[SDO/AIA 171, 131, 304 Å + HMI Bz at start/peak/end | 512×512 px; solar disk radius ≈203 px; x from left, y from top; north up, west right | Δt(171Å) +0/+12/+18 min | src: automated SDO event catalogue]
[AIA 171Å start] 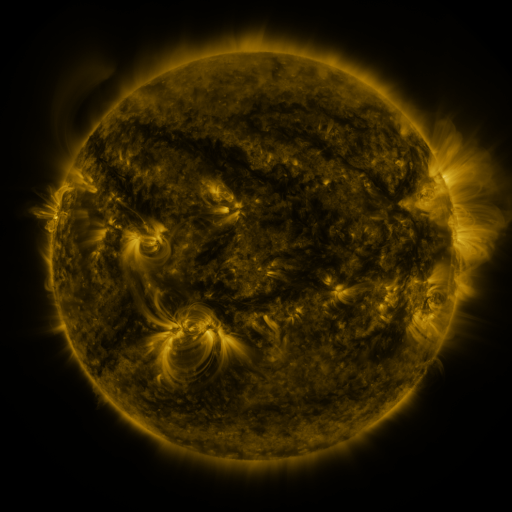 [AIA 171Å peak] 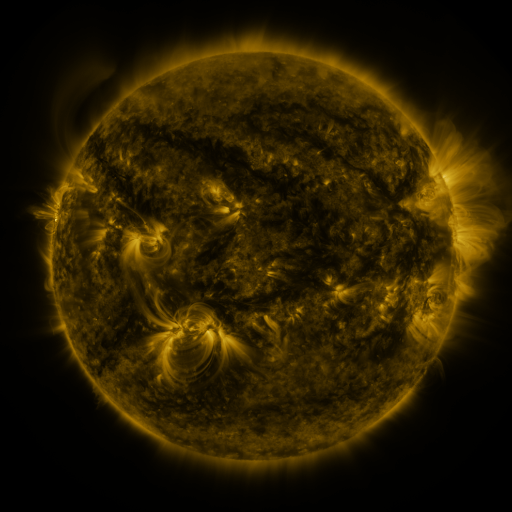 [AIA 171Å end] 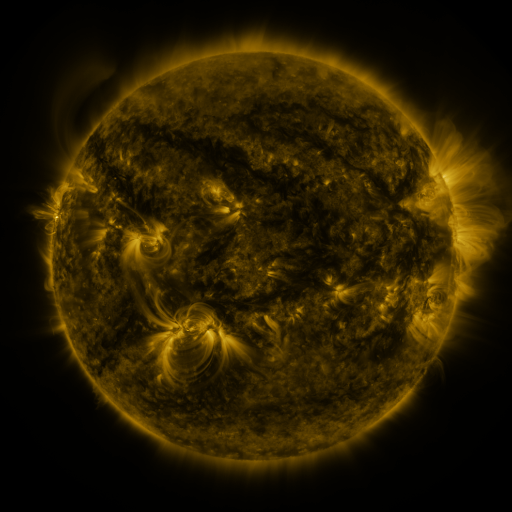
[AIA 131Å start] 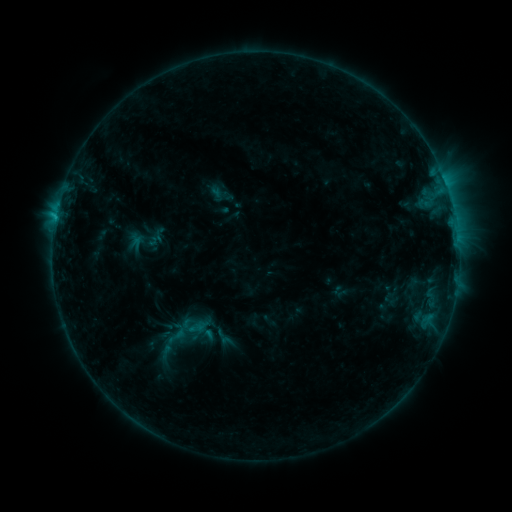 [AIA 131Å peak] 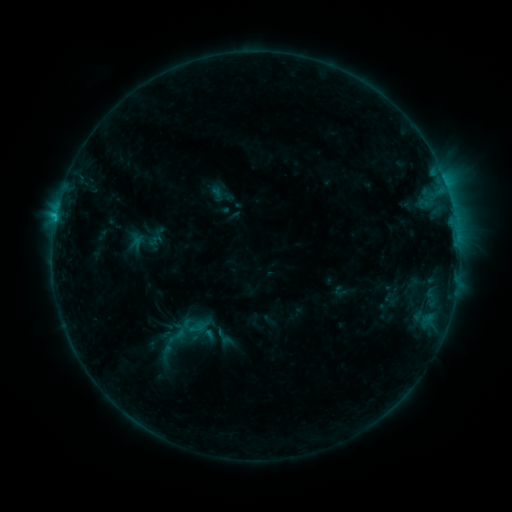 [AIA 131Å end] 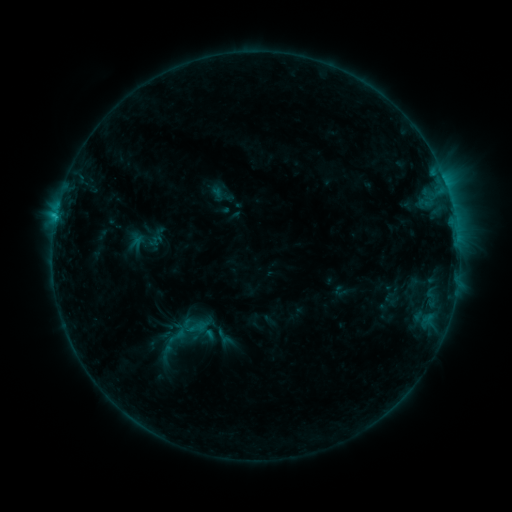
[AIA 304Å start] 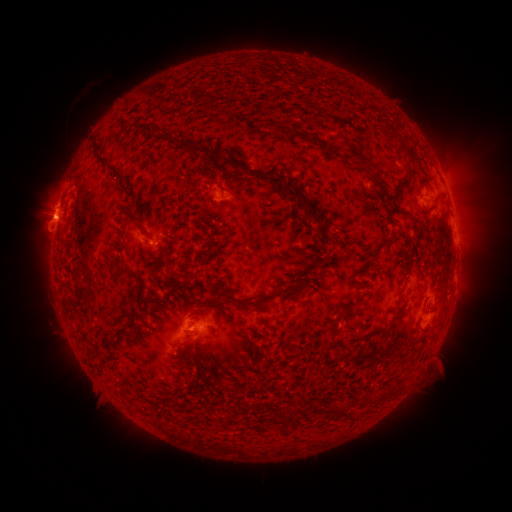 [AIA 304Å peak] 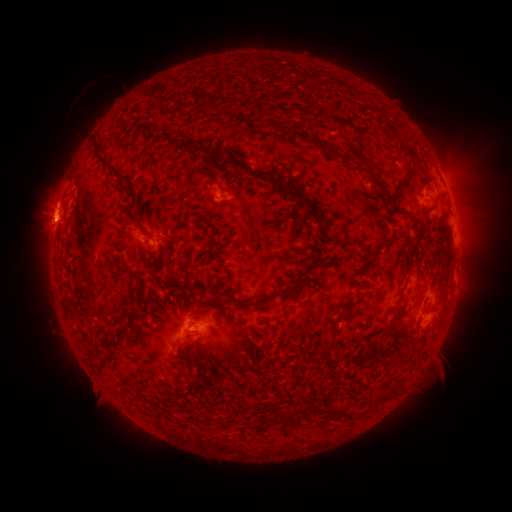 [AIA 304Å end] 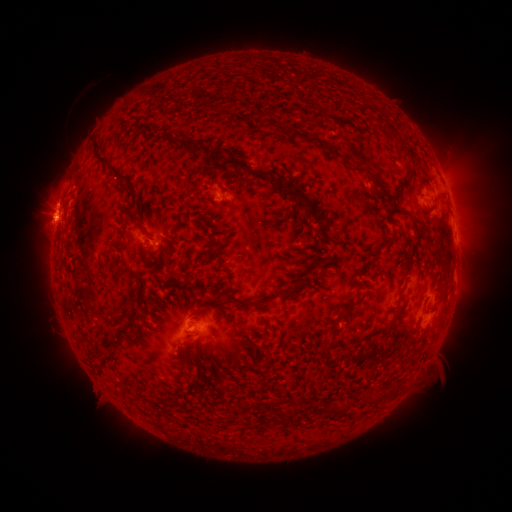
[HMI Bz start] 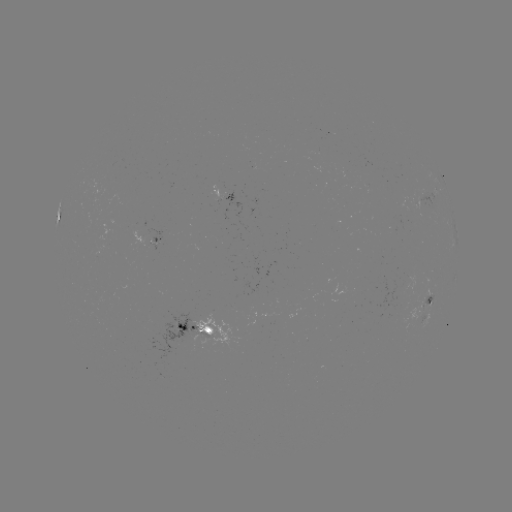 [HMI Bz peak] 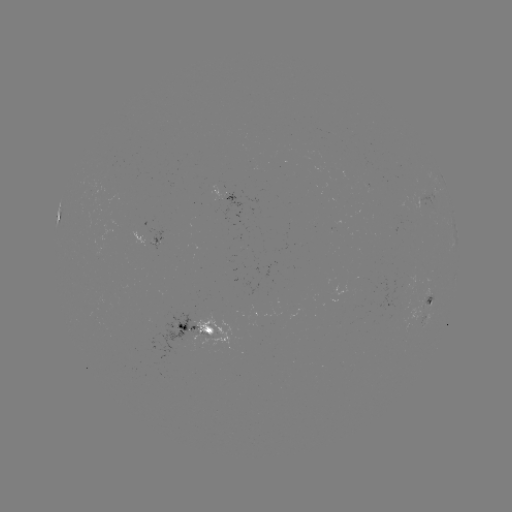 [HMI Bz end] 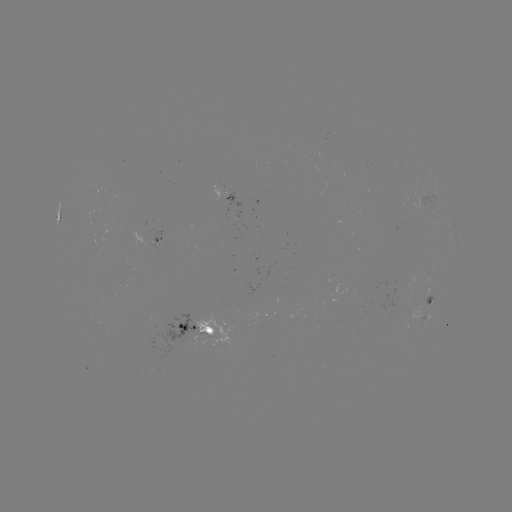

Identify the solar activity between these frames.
nothing was catalogued: no classed flare, no EUV trigger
